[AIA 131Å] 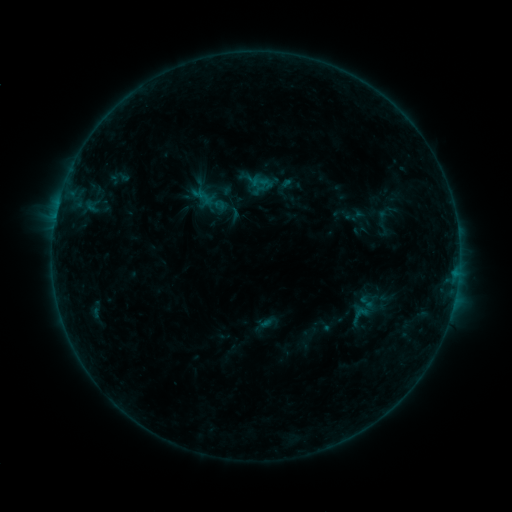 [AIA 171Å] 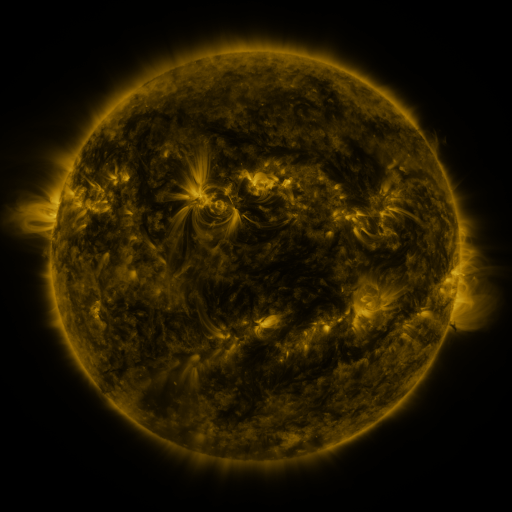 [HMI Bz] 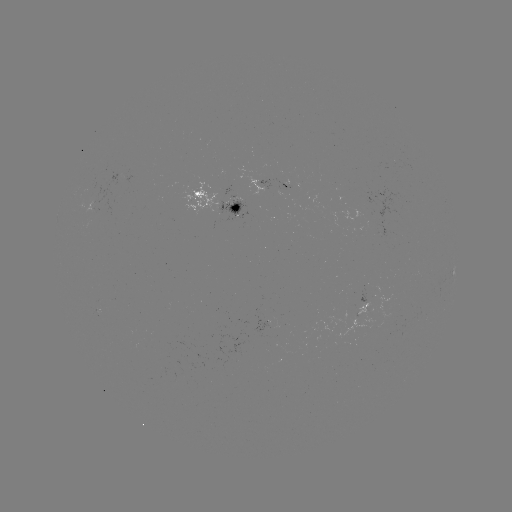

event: sigmoid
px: (360, 315)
